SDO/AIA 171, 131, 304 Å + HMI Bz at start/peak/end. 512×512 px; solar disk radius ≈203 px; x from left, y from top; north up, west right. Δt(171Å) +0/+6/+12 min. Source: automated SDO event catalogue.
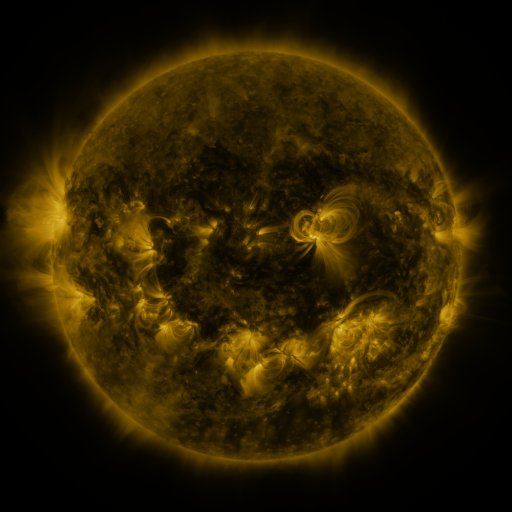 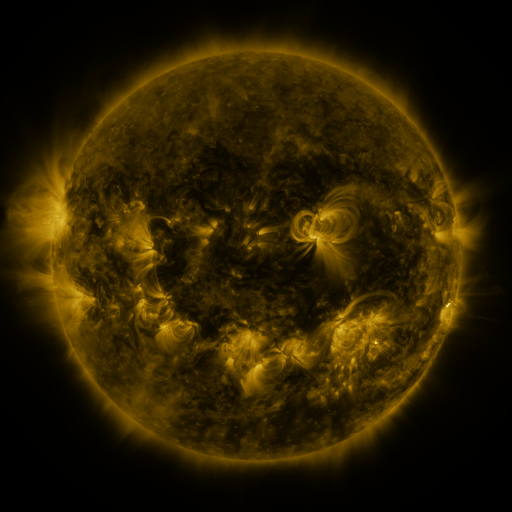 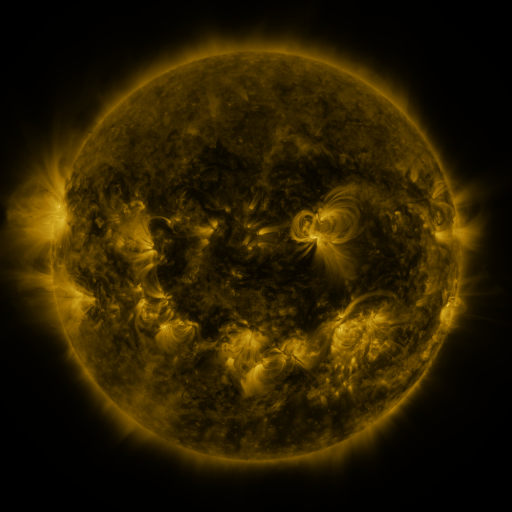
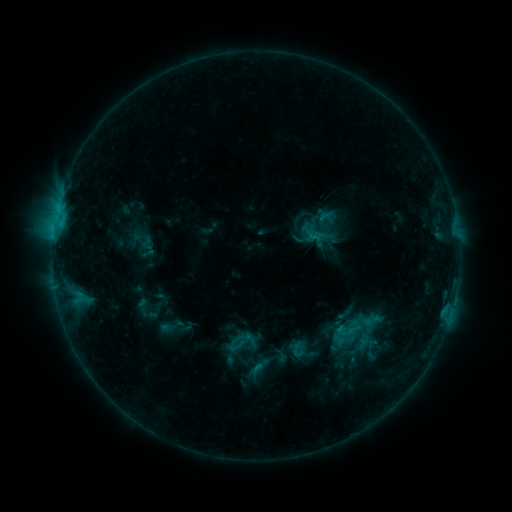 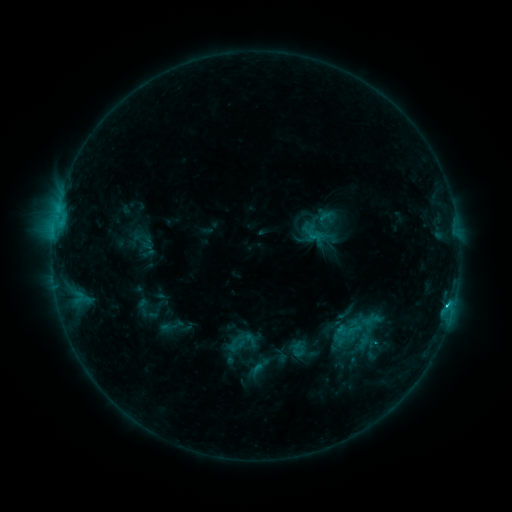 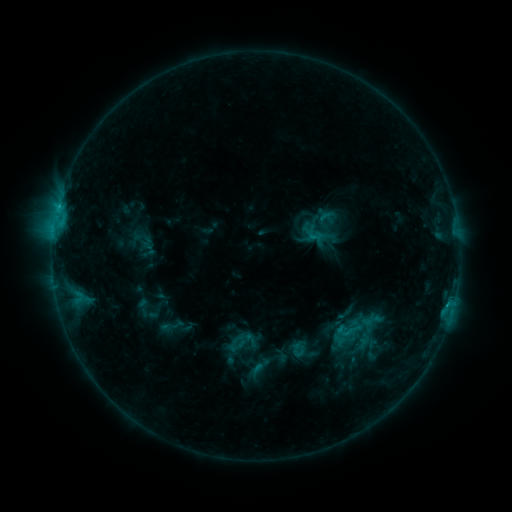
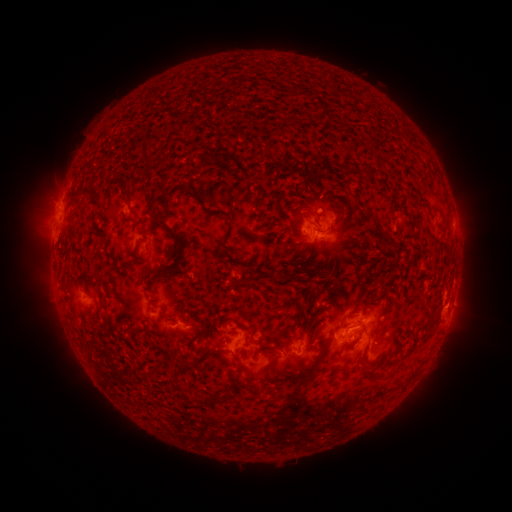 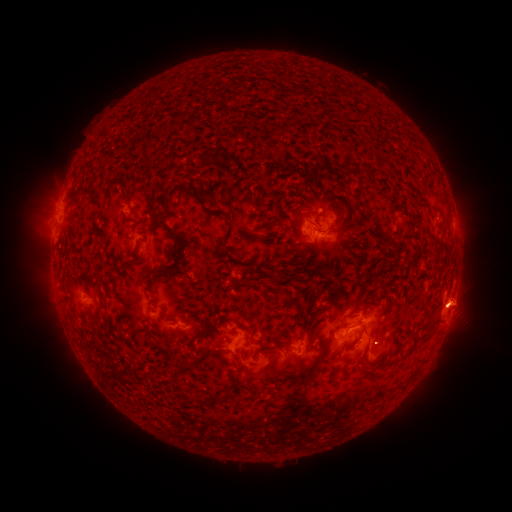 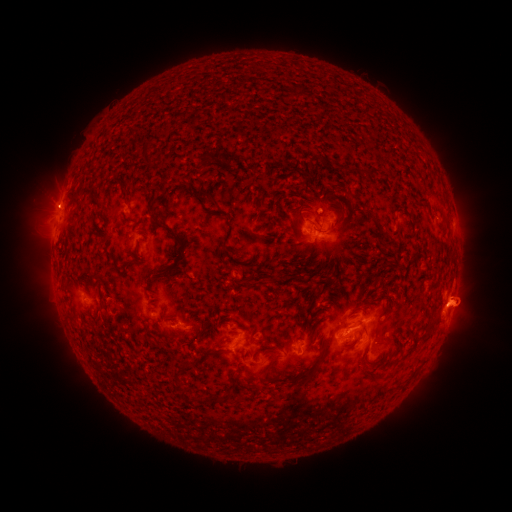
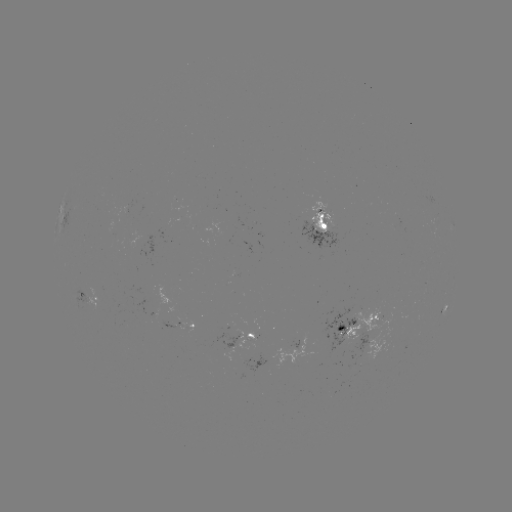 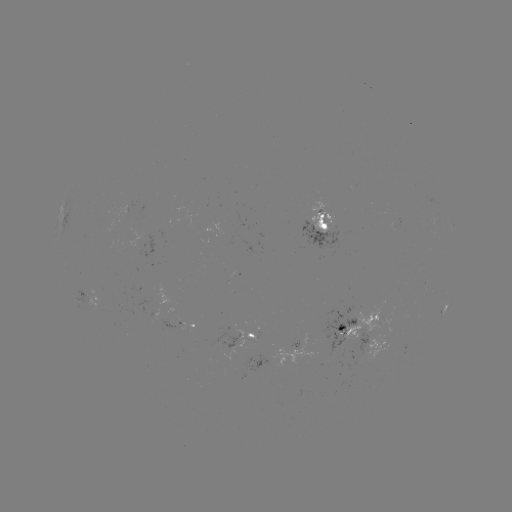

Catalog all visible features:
C1.5 flare: (447, 304)
